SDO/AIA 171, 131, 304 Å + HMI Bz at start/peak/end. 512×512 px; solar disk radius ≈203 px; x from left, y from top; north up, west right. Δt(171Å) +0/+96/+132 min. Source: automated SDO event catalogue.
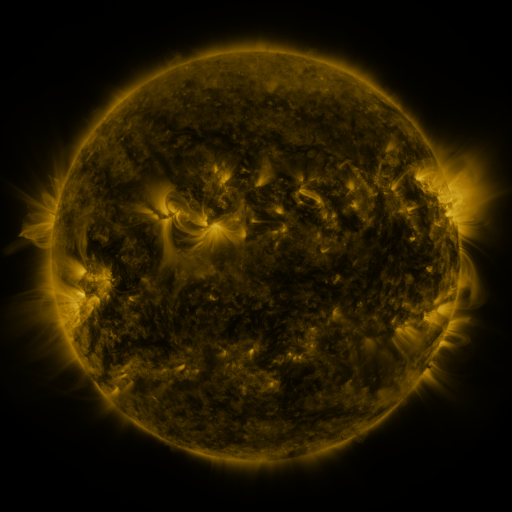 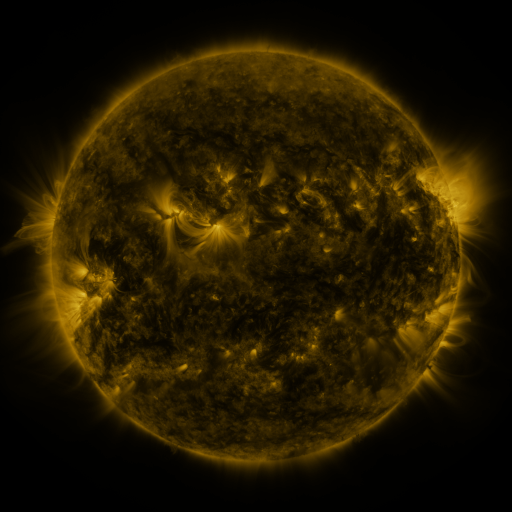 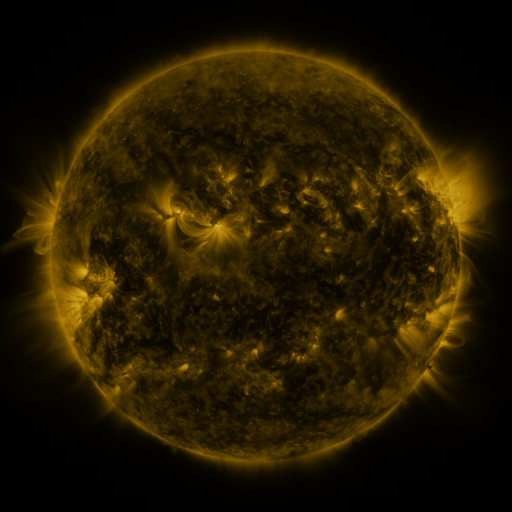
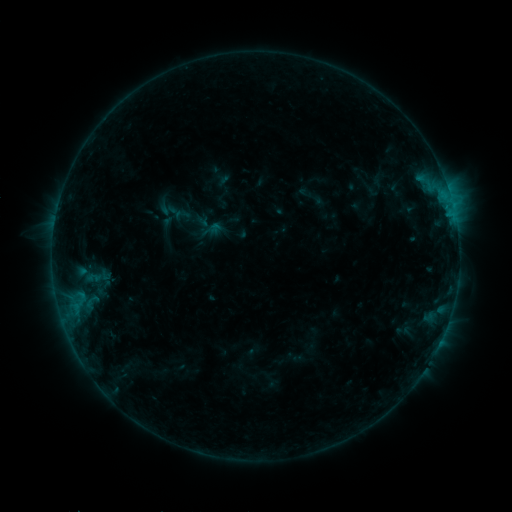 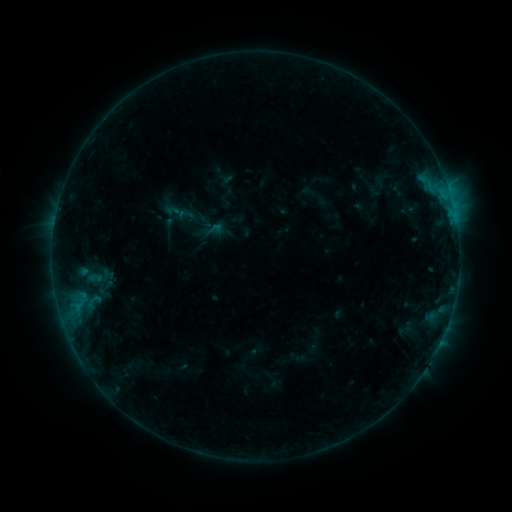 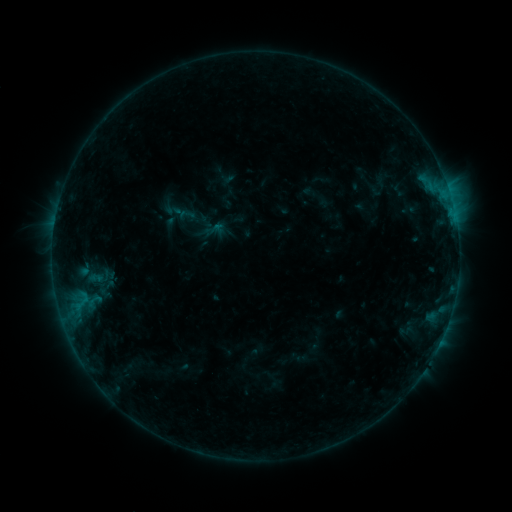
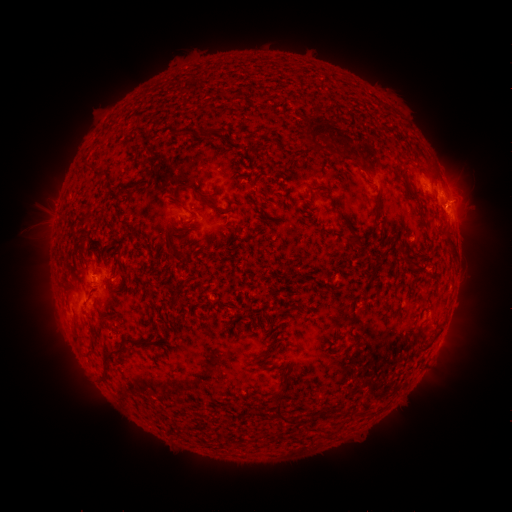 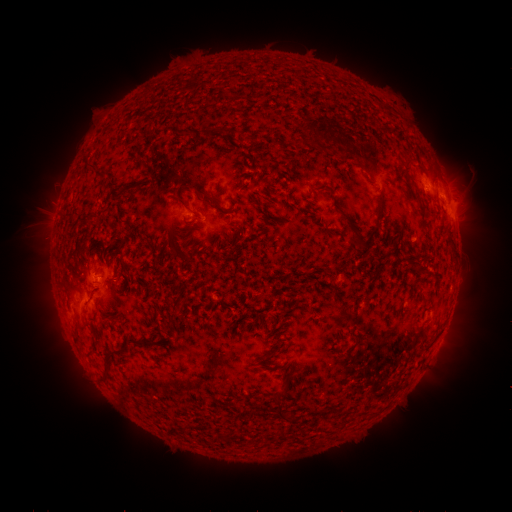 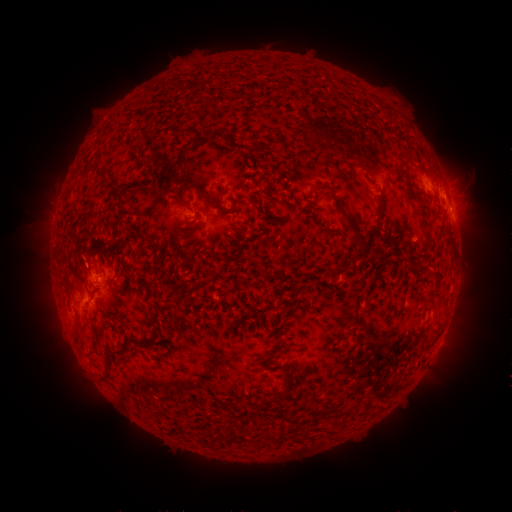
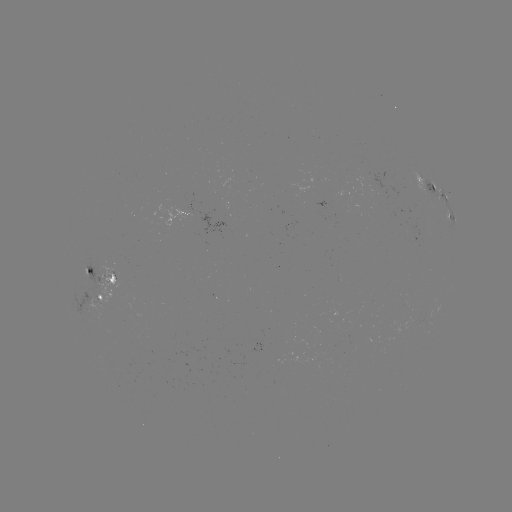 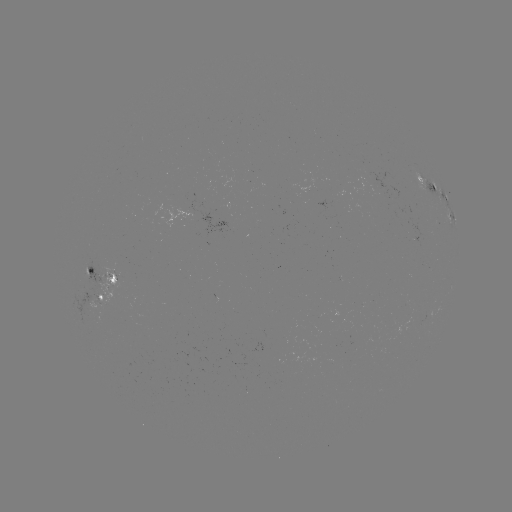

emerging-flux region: <bbox>361, 169, 397, 199</bbox>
